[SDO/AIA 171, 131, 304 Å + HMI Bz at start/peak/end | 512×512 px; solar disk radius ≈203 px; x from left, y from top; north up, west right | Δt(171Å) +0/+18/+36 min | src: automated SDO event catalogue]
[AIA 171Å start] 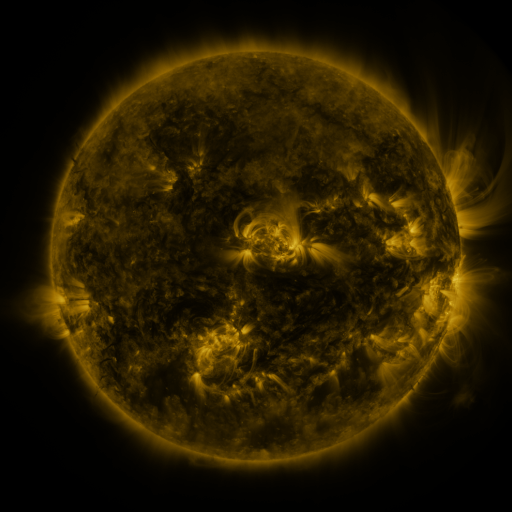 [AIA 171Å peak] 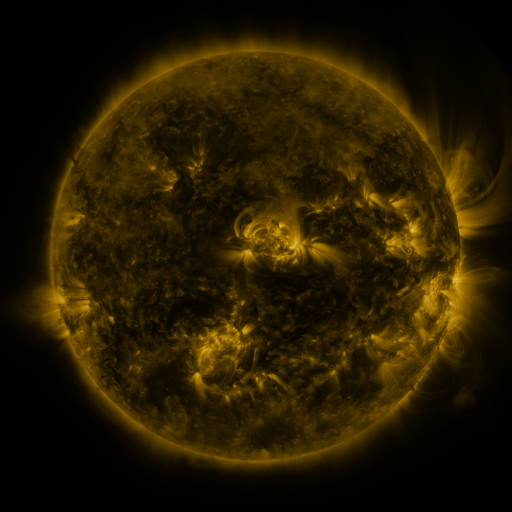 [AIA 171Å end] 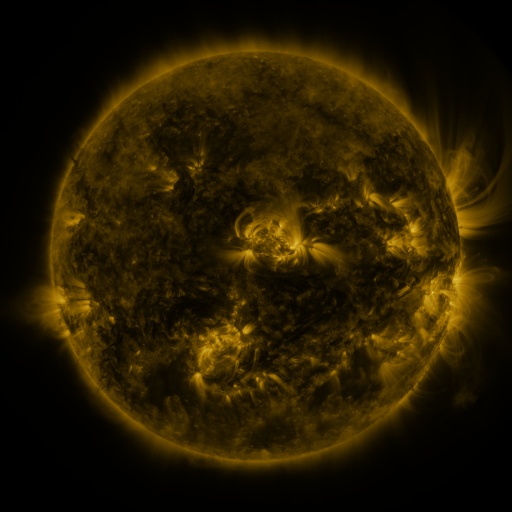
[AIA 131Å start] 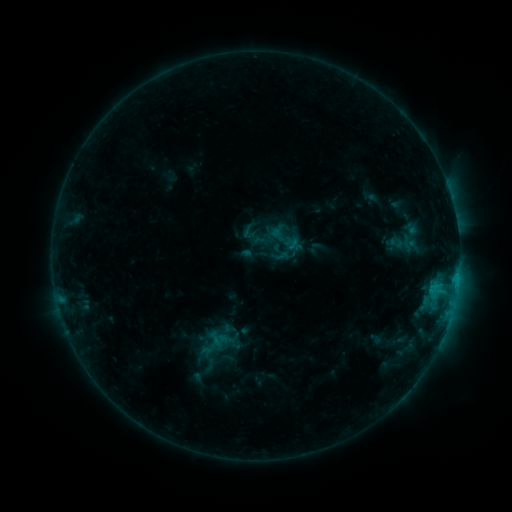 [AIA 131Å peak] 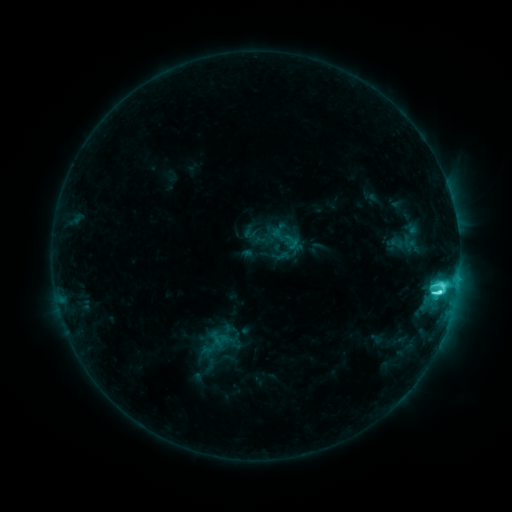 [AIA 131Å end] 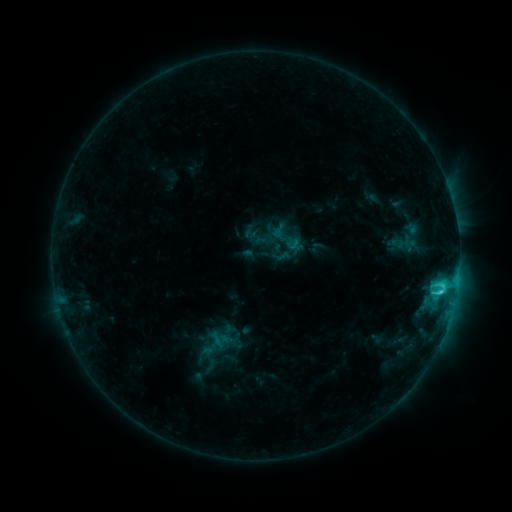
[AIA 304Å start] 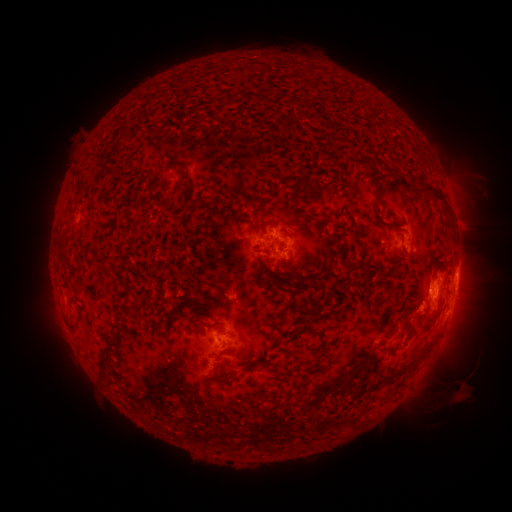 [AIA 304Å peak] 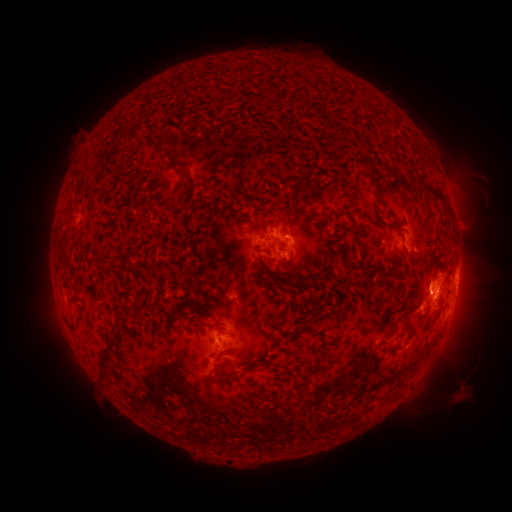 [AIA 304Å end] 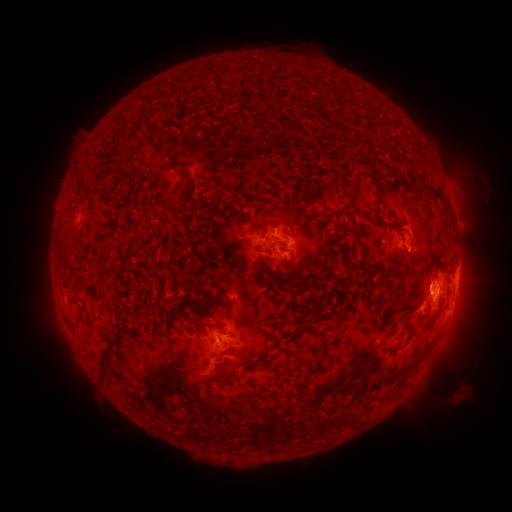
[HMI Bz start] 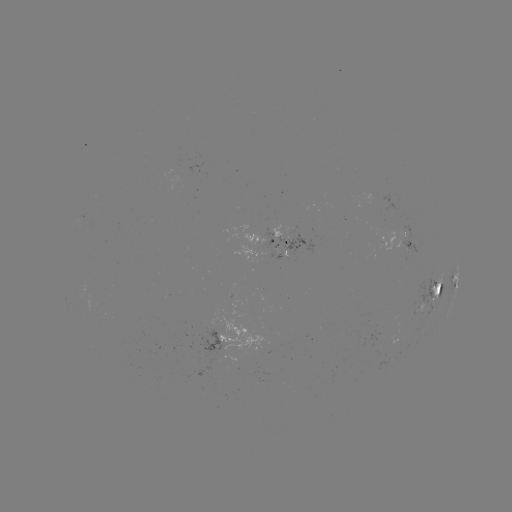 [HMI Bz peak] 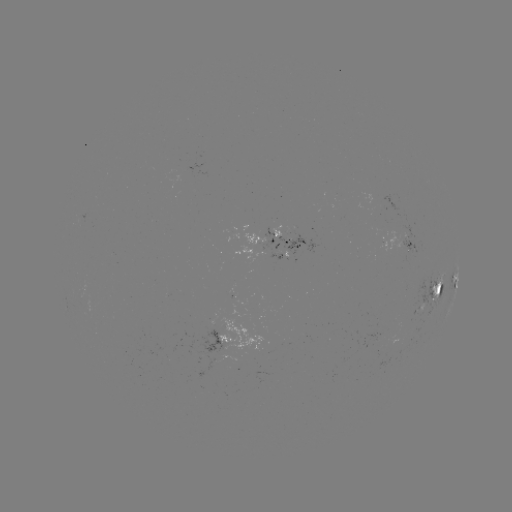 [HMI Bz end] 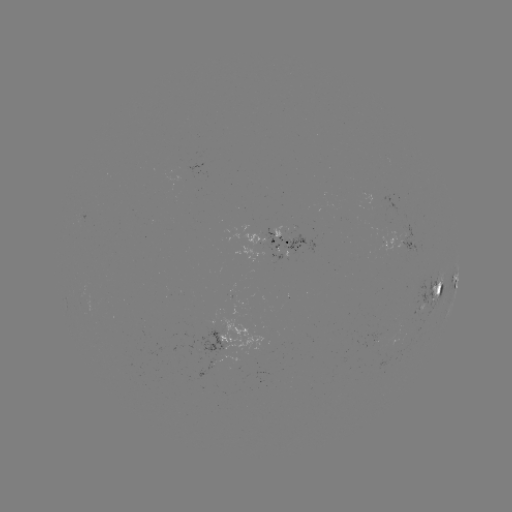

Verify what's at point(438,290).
C6.4 flare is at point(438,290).